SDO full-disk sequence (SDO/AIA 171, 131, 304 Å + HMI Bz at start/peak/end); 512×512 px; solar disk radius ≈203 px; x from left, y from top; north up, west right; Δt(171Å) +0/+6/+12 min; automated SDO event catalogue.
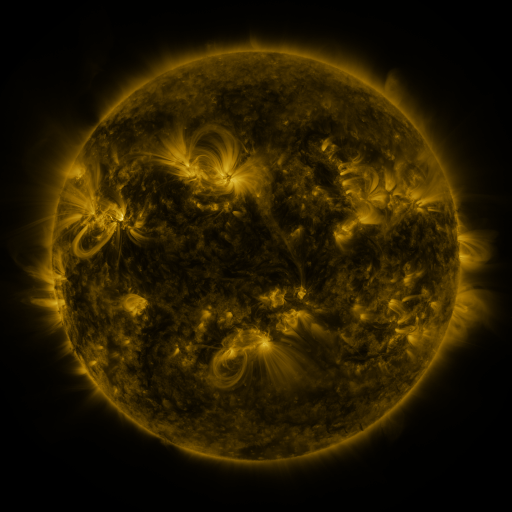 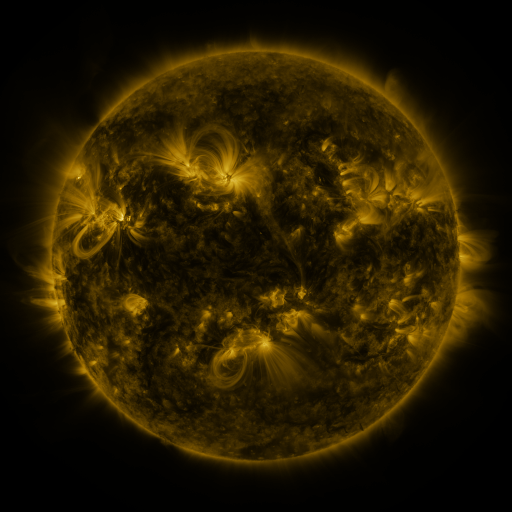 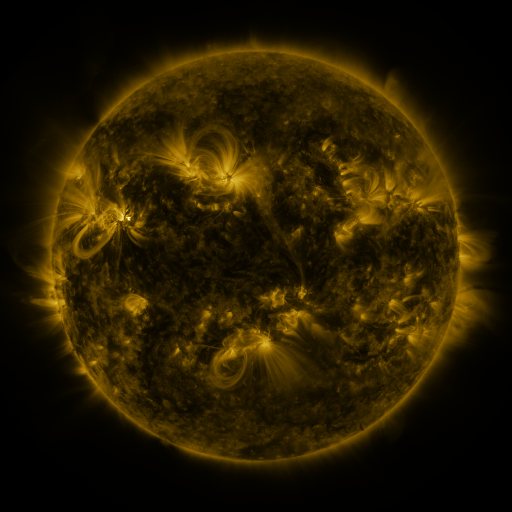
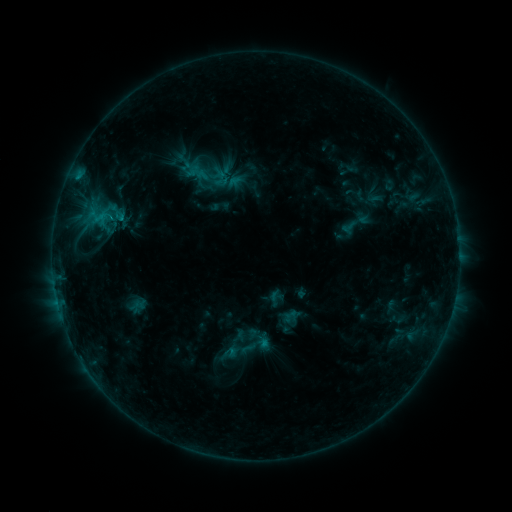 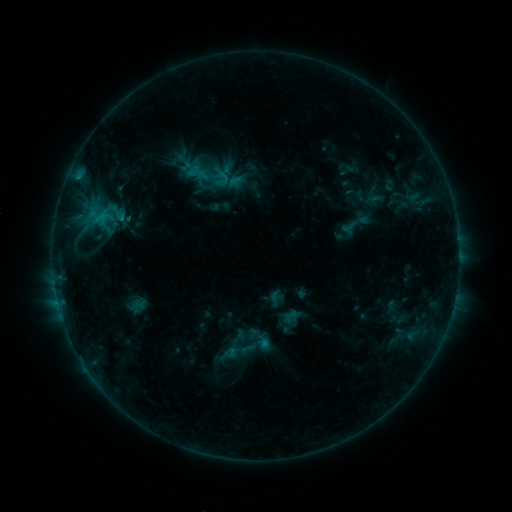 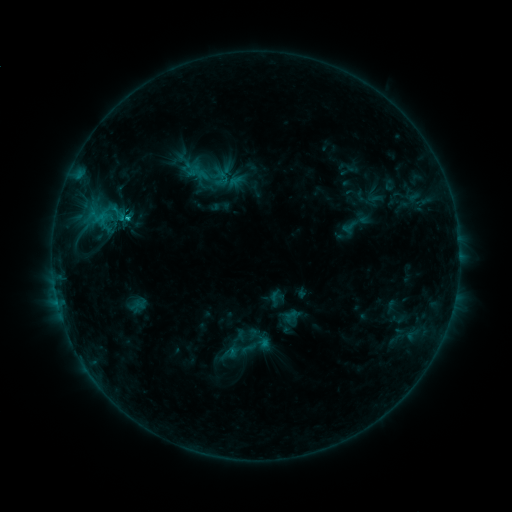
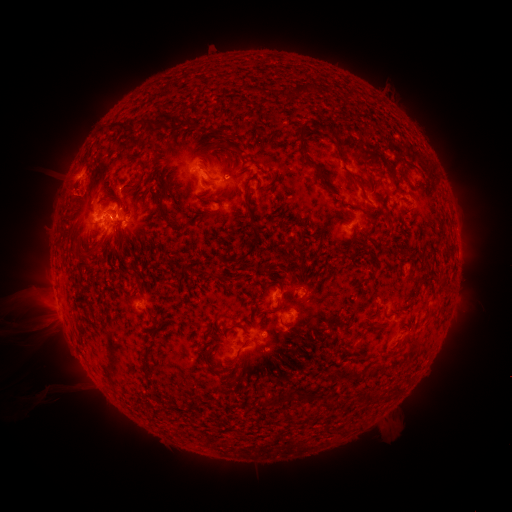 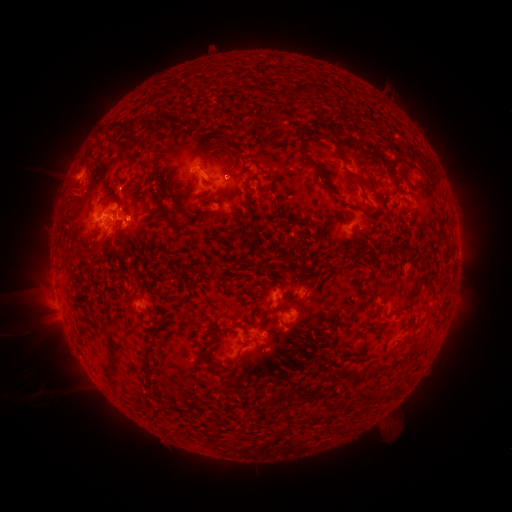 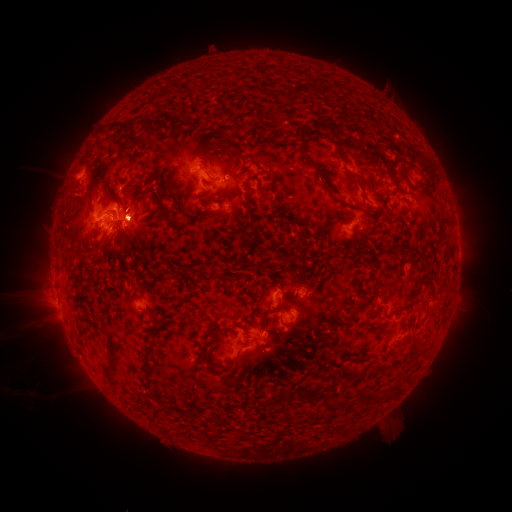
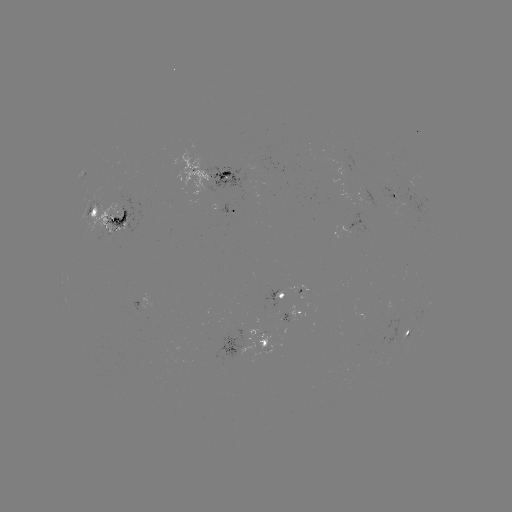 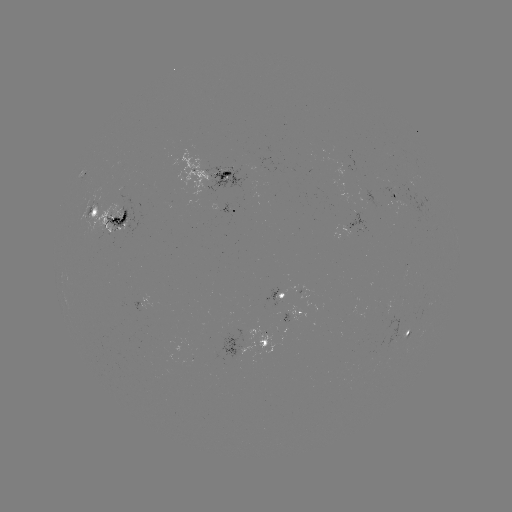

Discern C1.7 flare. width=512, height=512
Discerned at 131,219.